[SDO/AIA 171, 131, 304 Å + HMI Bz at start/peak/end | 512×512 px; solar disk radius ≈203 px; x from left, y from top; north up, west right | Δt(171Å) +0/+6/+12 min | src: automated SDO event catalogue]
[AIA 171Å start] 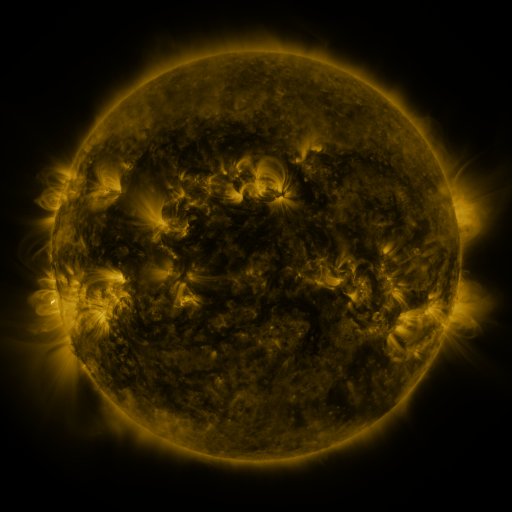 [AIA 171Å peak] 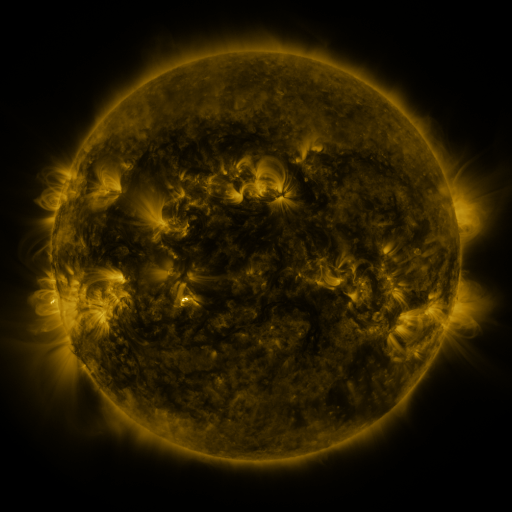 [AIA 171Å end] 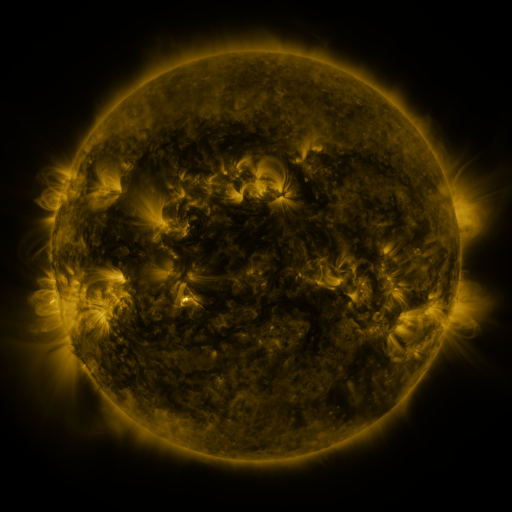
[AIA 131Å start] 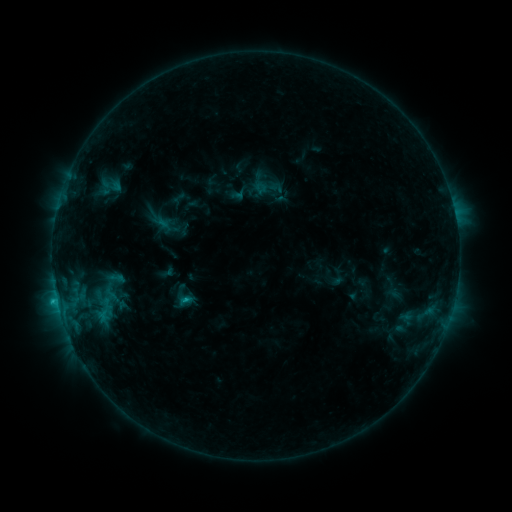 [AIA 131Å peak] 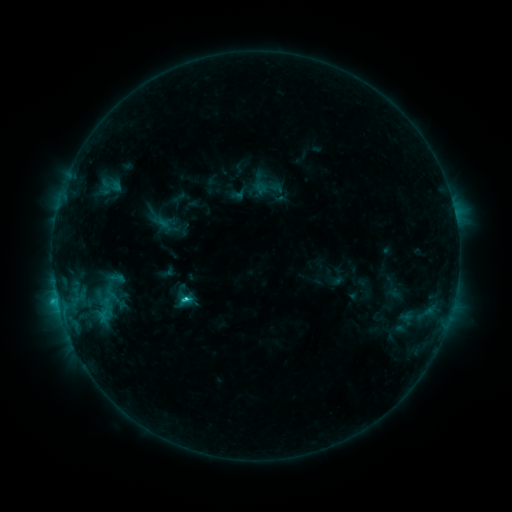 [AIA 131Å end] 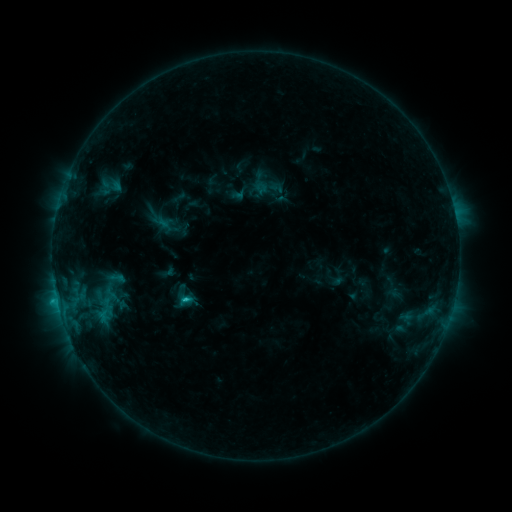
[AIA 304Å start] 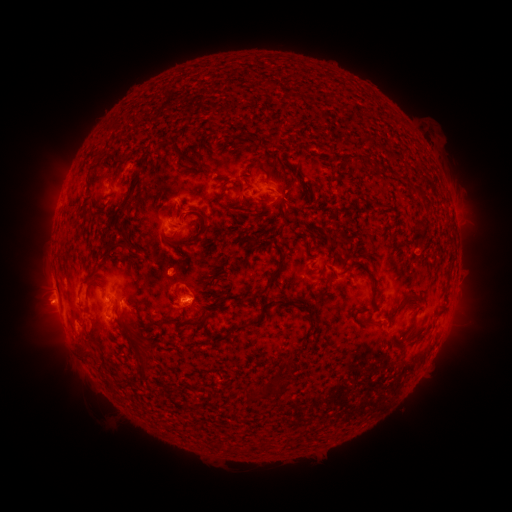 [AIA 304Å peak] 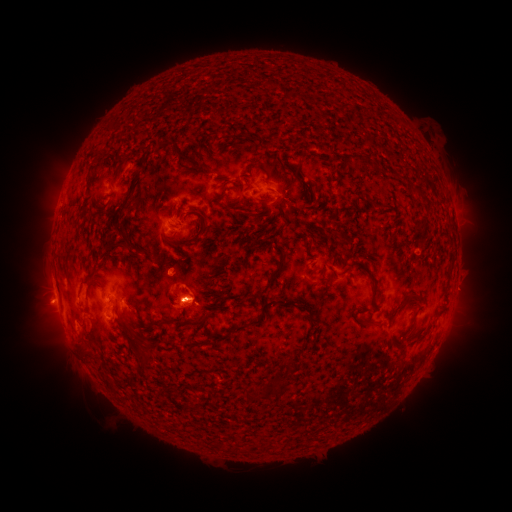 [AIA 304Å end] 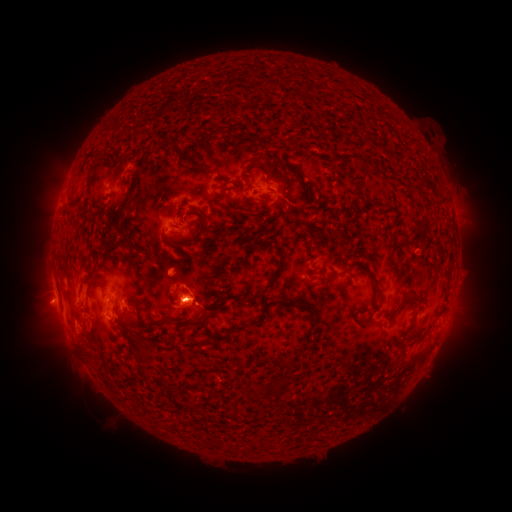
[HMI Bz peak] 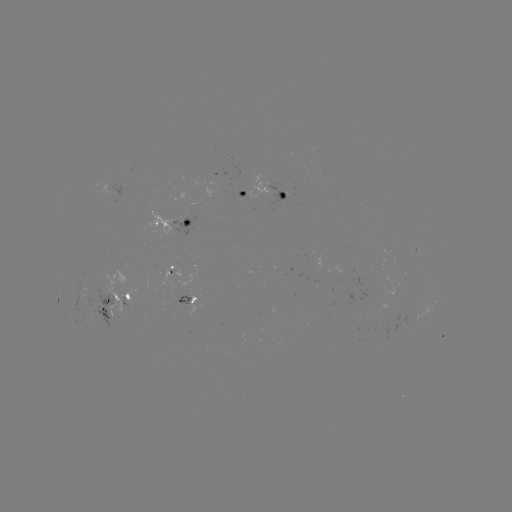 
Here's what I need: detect C1.8 flare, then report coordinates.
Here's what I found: C1.8 flare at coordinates [189, 297].